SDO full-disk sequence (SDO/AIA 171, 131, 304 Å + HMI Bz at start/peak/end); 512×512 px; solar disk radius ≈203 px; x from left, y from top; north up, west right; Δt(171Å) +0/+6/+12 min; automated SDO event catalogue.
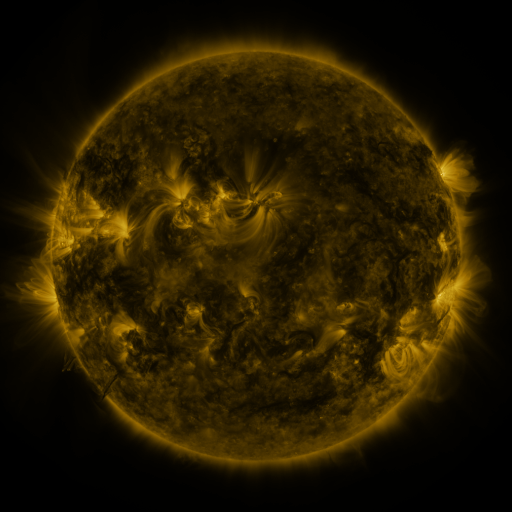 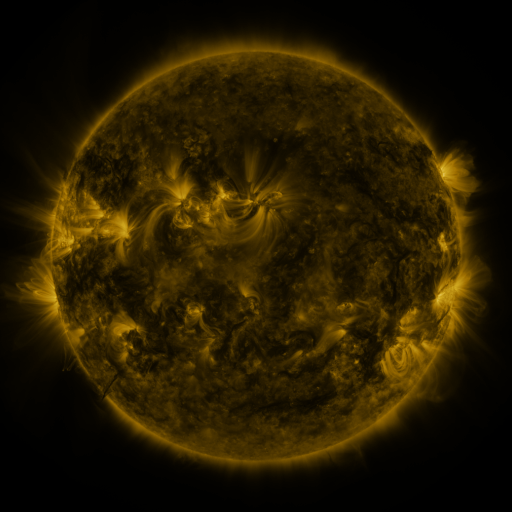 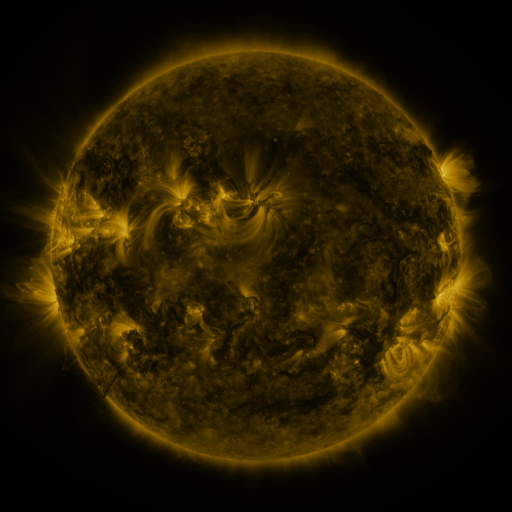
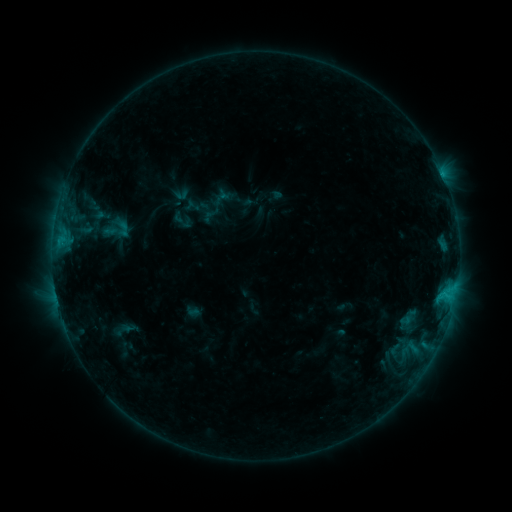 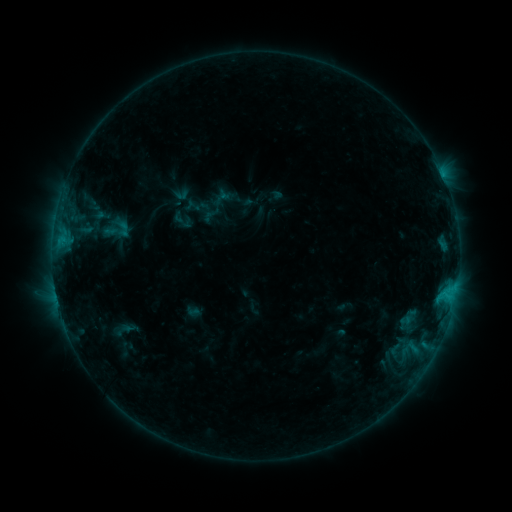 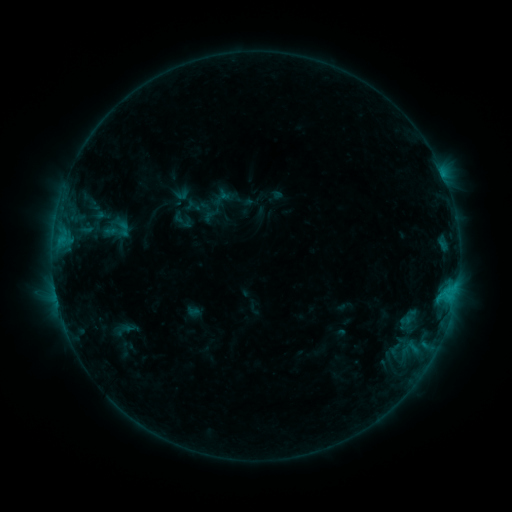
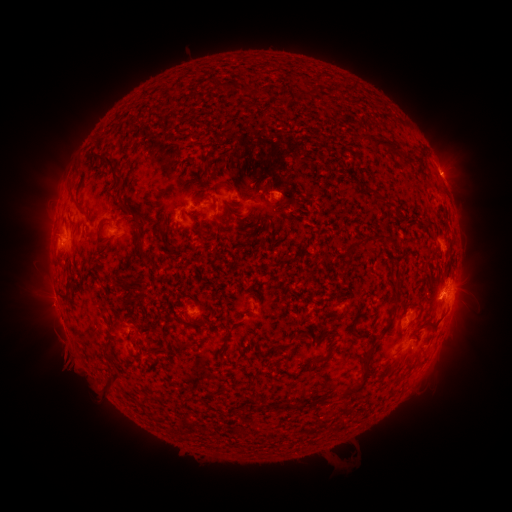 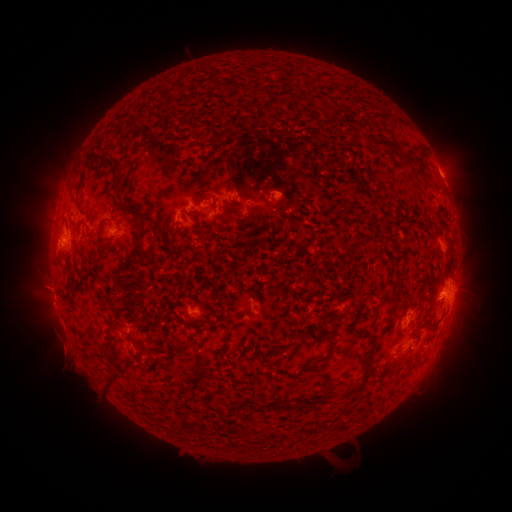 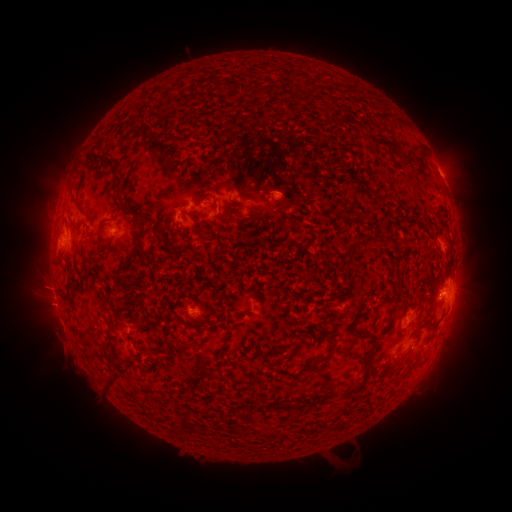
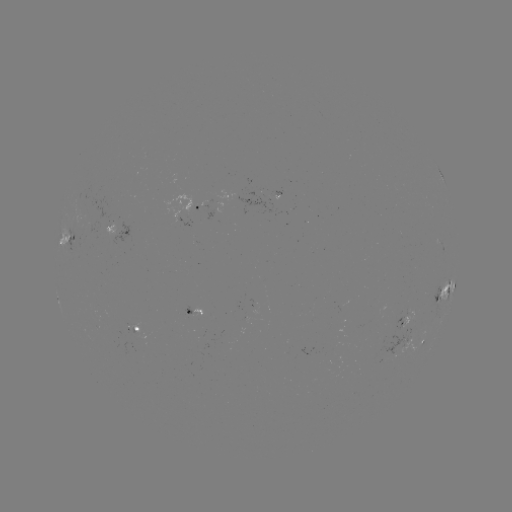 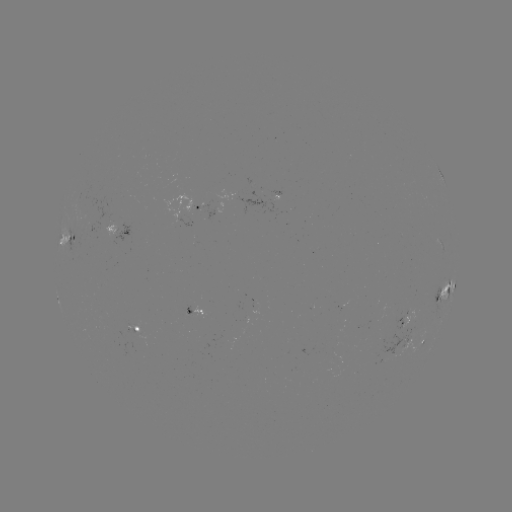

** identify eruption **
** (50, 309) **